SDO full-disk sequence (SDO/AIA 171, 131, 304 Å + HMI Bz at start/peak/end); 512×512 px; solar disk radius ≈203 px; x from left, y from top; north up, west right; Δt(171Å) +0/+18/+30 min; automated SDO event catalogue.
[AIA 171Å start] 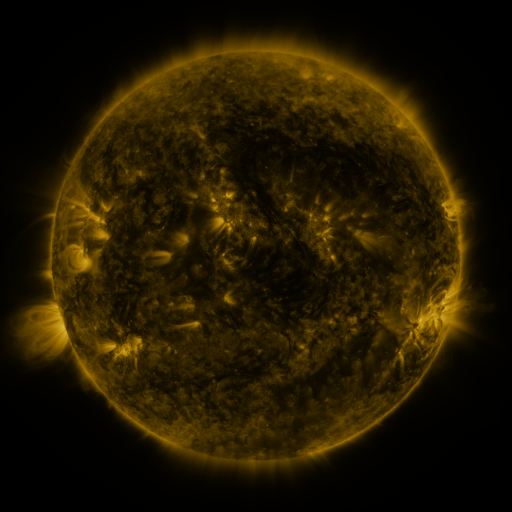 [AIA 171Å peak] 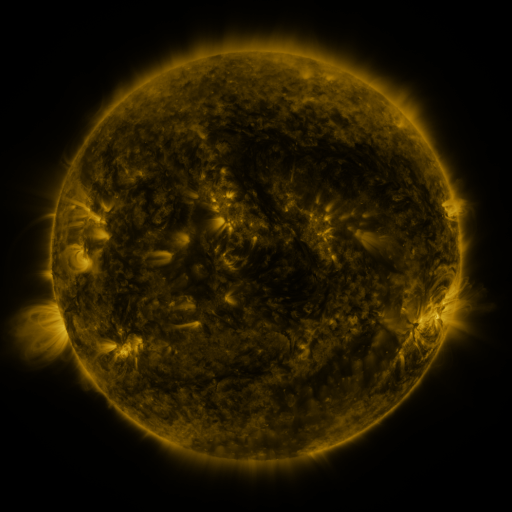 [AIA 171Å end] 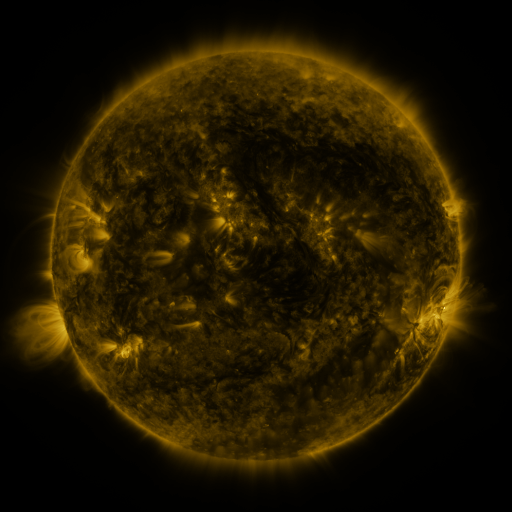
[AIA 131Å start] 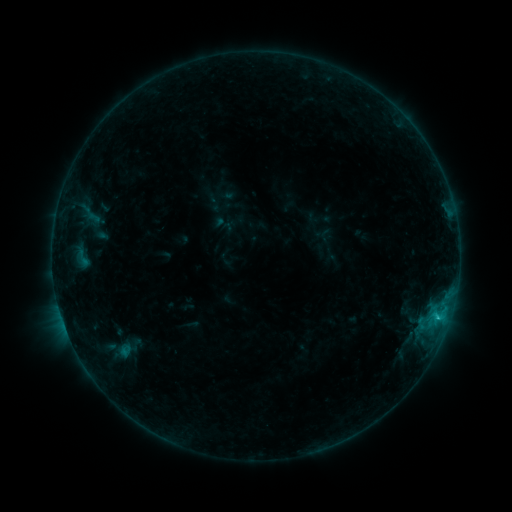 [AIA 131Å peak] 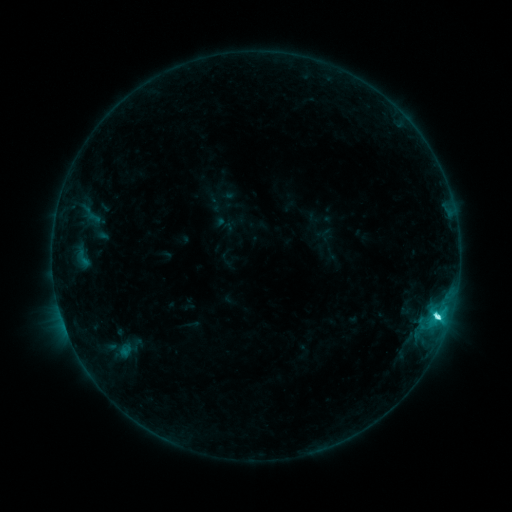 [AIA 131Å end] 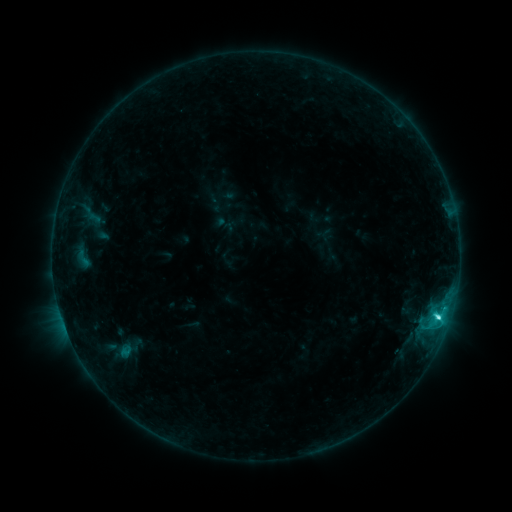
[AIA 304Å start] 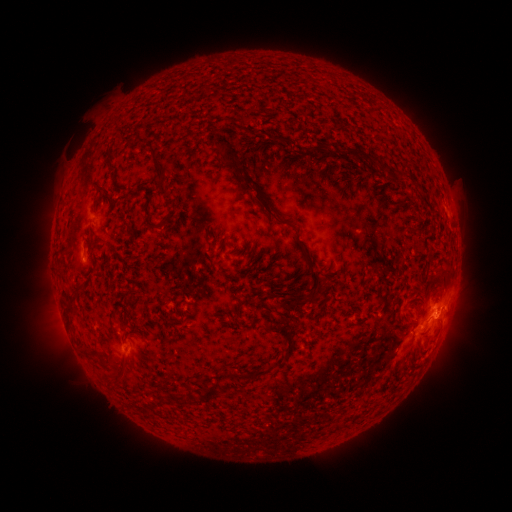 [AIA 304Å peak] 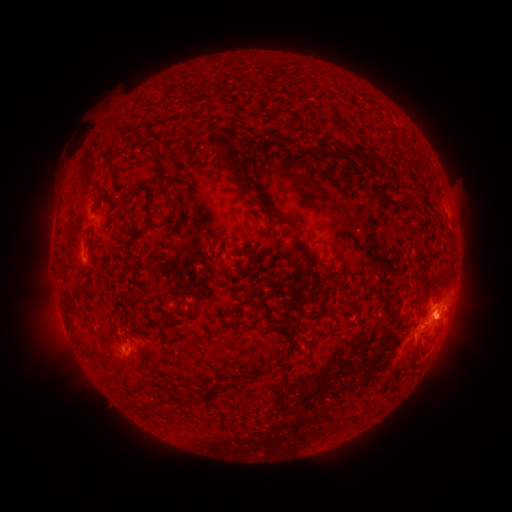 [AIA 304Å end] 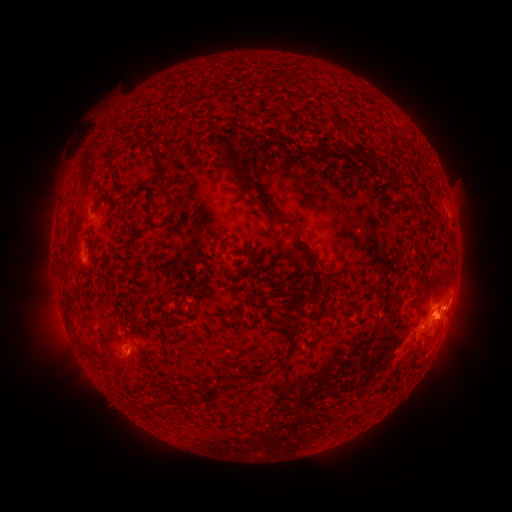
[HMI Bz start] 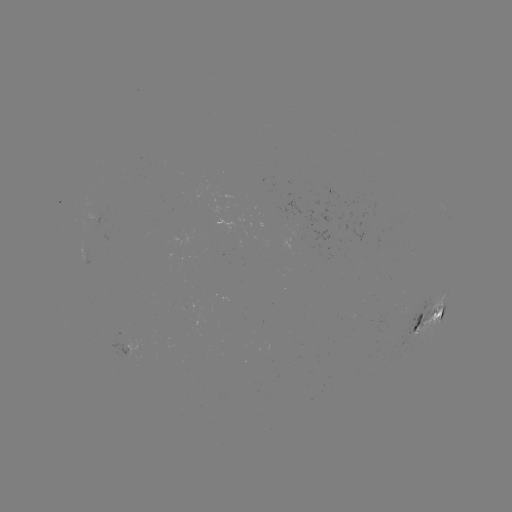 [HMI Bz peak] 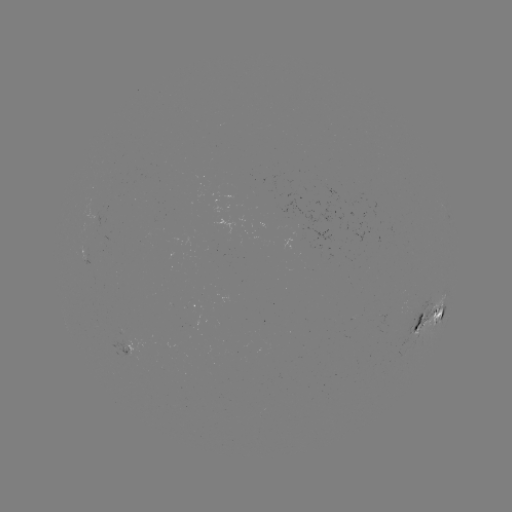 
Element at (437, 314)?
C5.3 flare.